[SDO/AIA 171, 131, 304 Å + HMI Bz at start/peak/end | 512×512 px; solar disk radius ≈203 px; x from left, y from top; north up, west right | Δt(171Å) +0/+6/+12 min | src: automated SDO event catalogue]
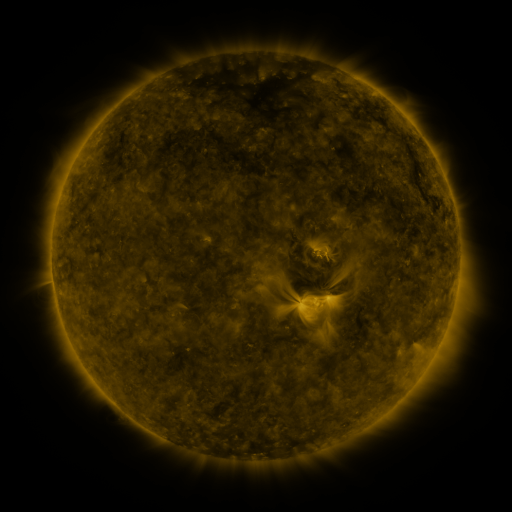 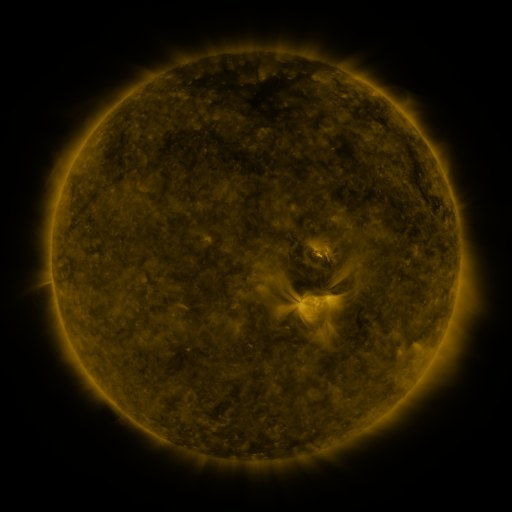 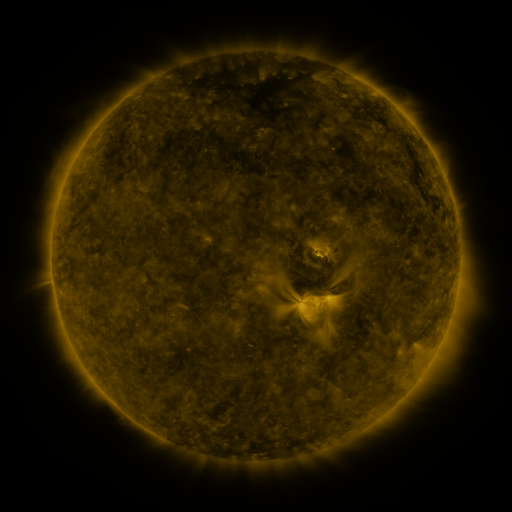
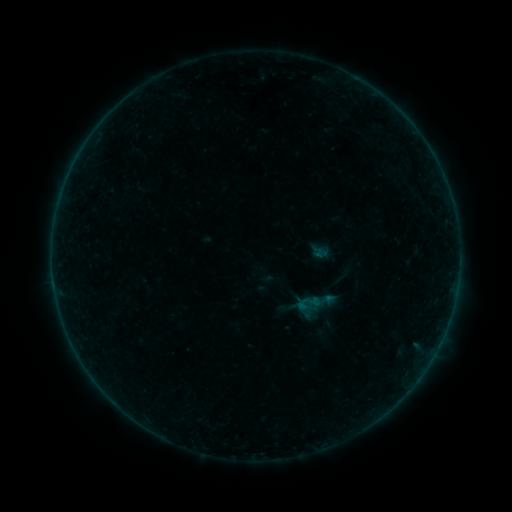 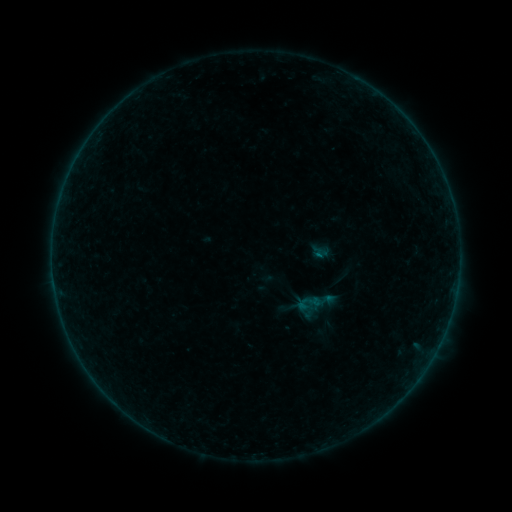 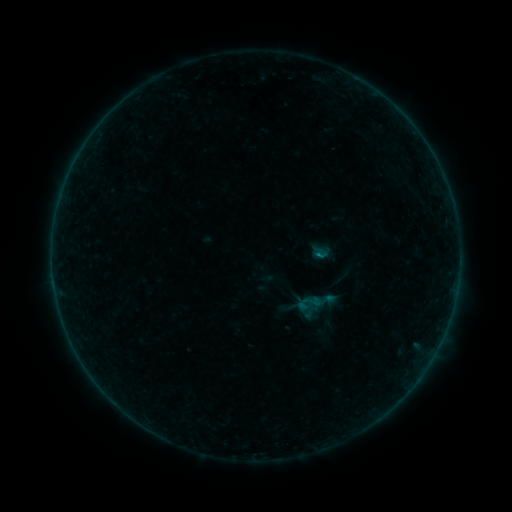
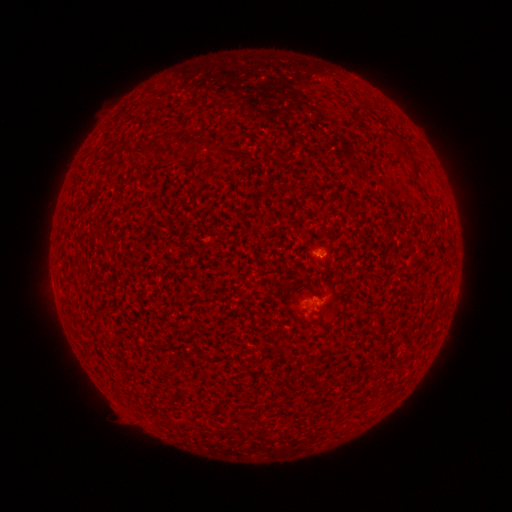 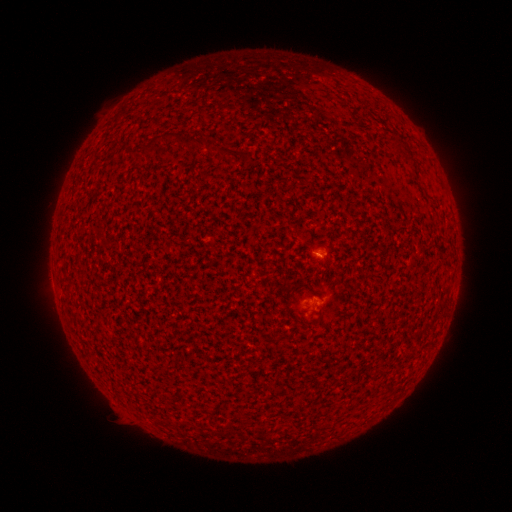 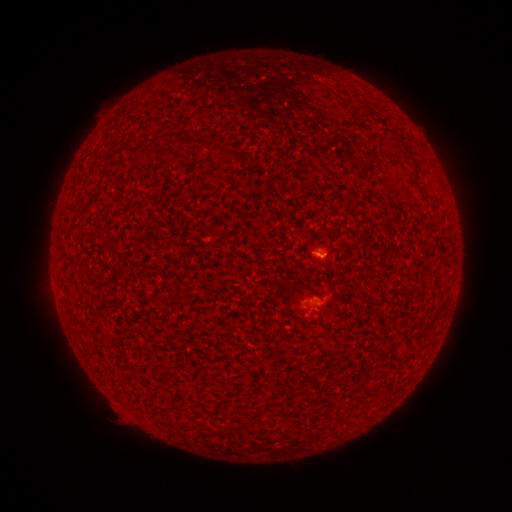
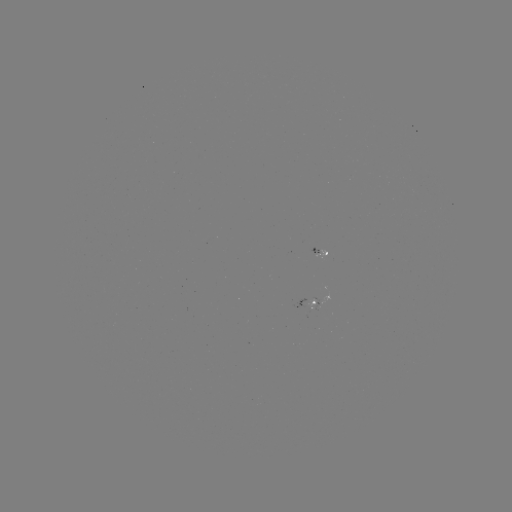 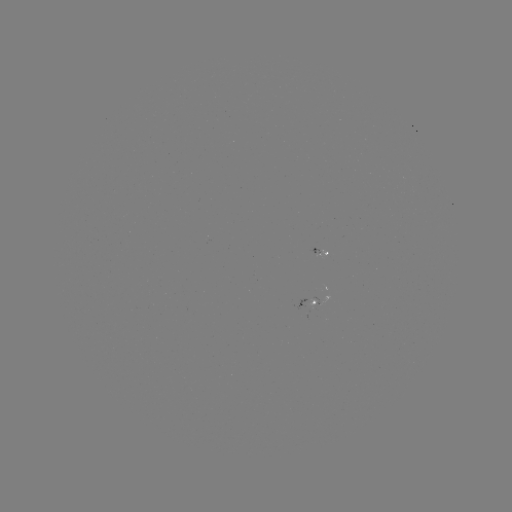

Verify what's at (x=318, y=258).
B1.0 flare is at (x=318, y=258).